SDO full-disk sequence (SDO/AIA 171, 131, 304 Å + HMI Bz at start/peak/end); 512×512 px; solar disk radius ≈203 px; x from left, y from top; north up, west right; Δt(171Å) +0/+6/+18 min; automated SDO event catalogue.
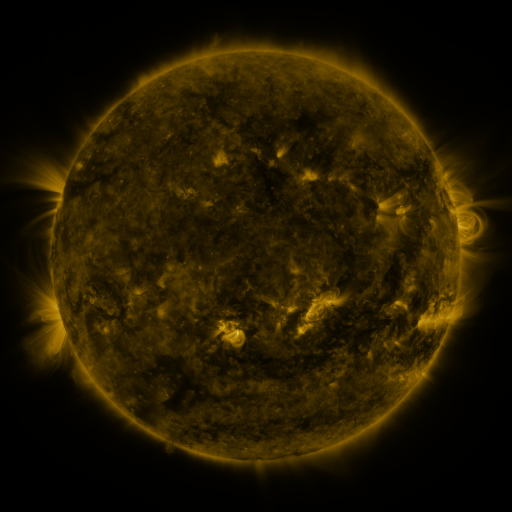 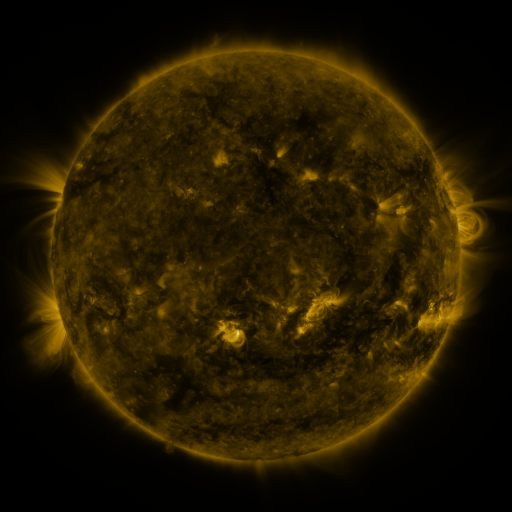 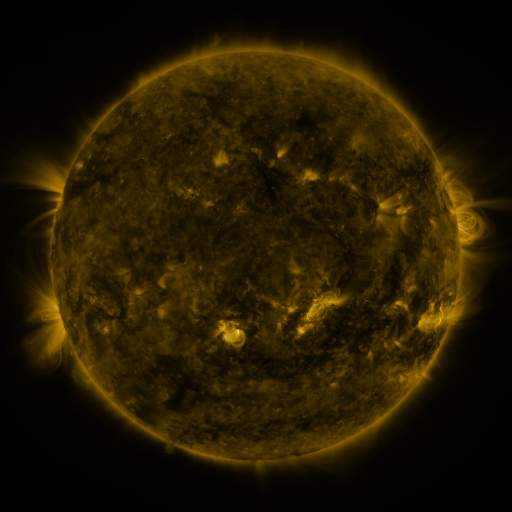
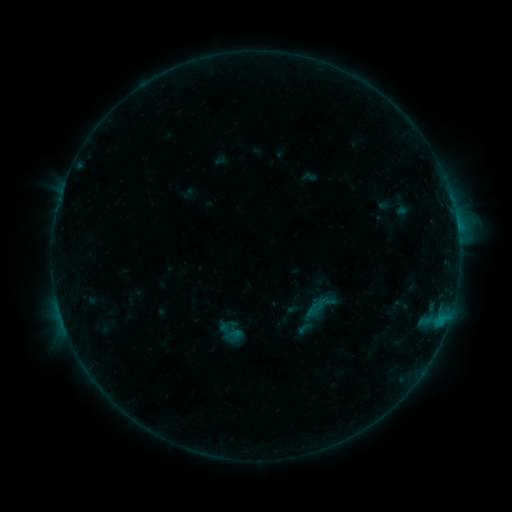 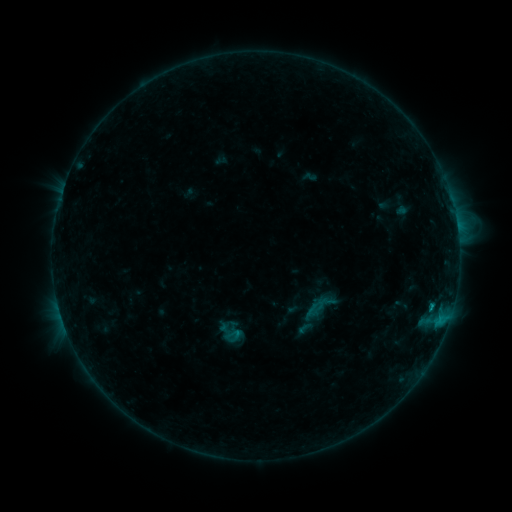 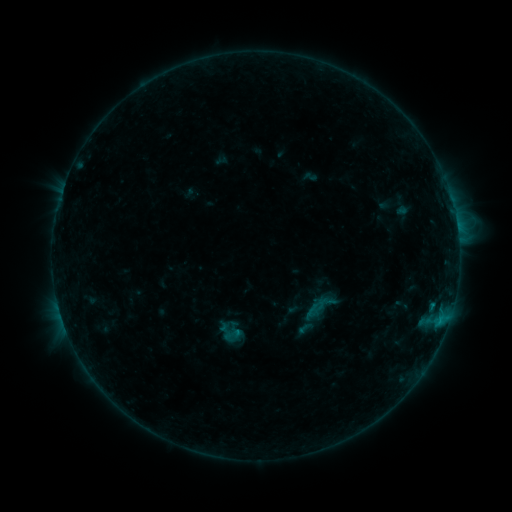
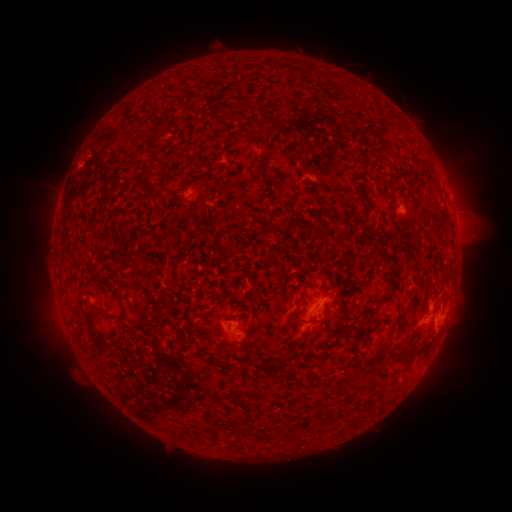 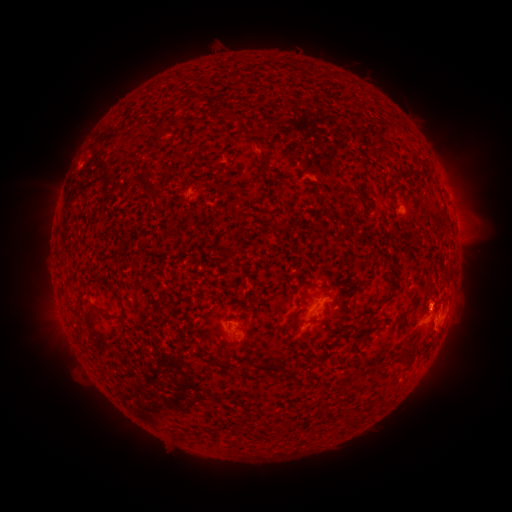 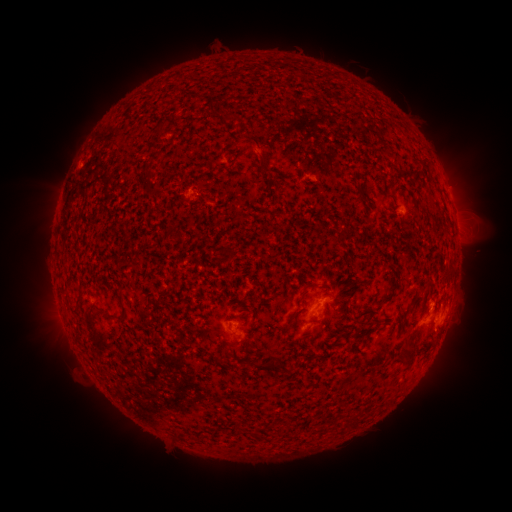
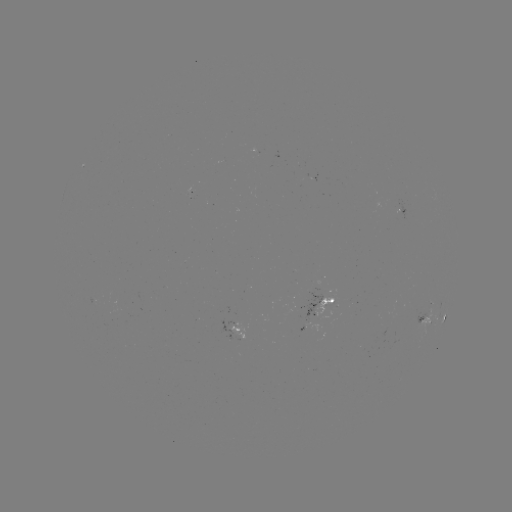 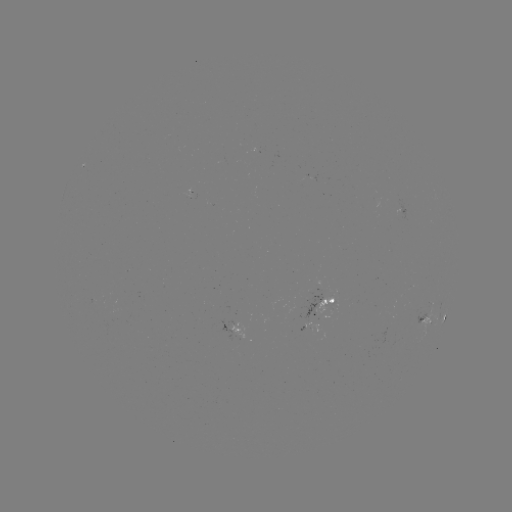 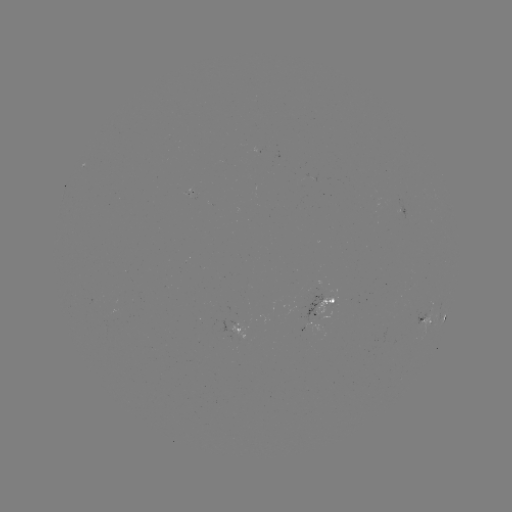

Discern B8.3 flare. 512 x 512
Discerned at (430, 307).